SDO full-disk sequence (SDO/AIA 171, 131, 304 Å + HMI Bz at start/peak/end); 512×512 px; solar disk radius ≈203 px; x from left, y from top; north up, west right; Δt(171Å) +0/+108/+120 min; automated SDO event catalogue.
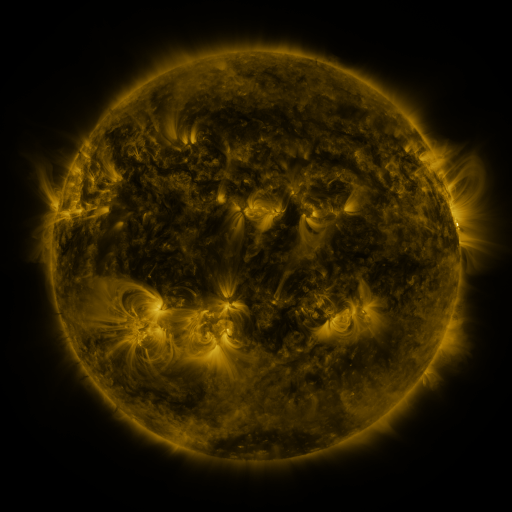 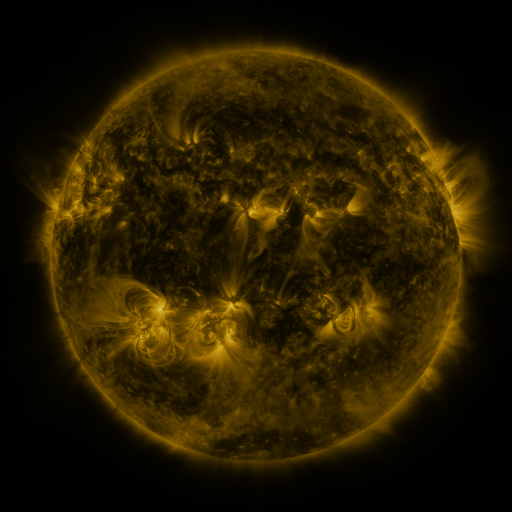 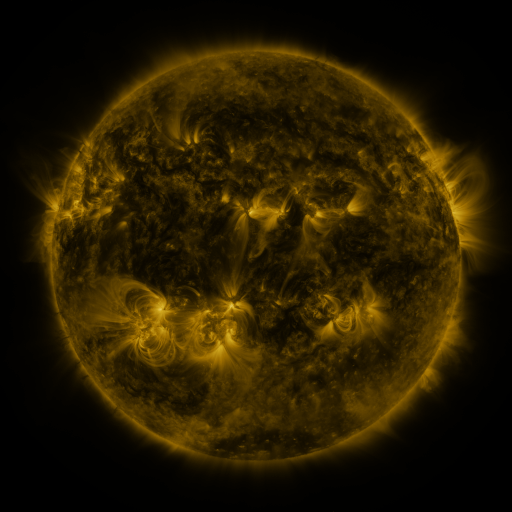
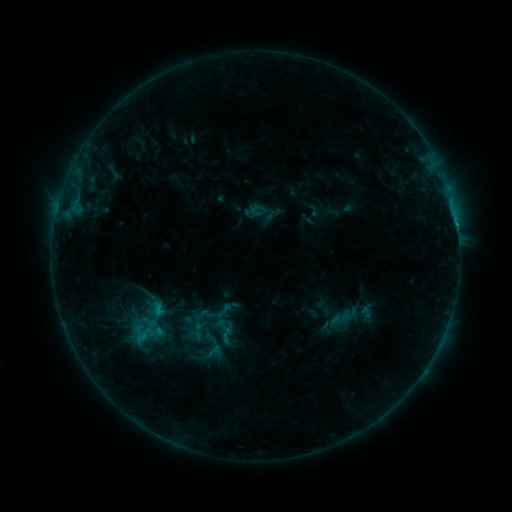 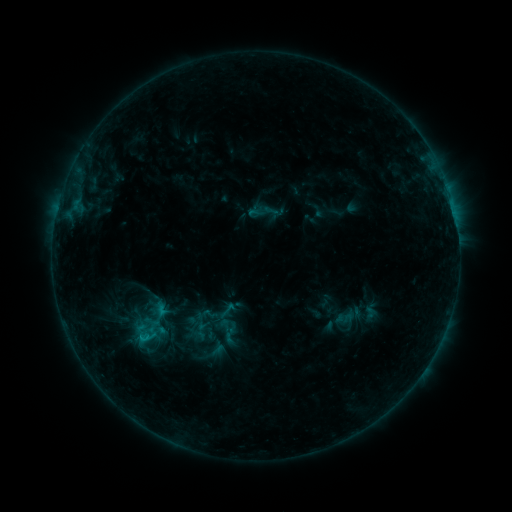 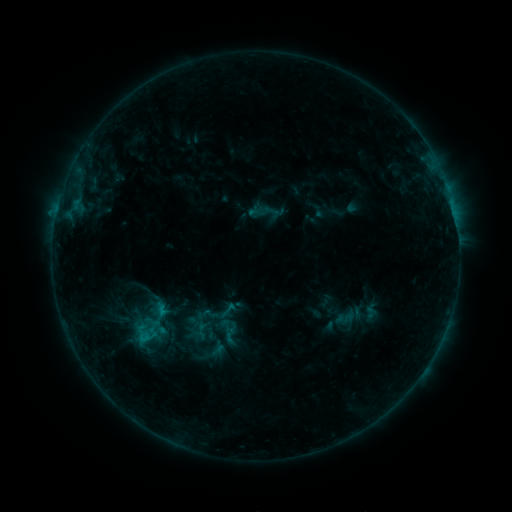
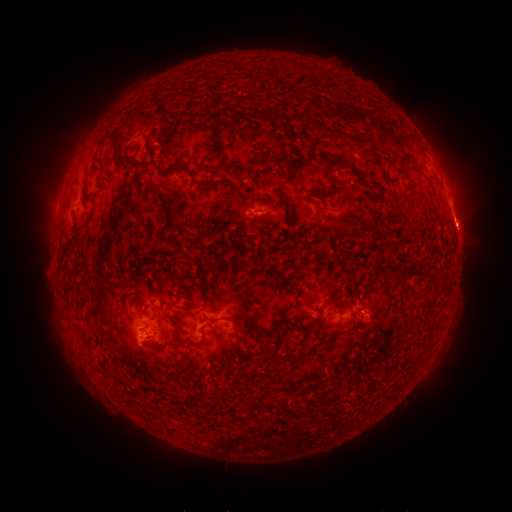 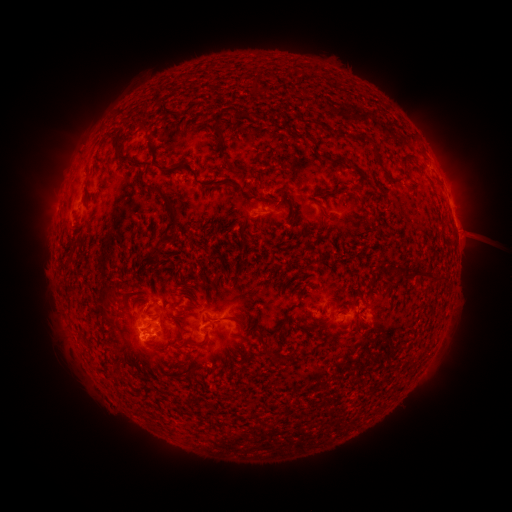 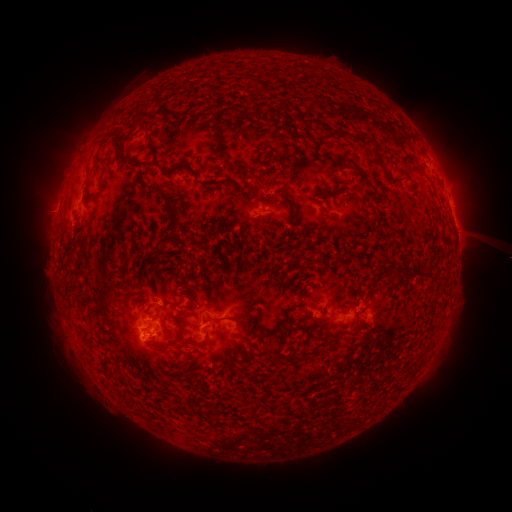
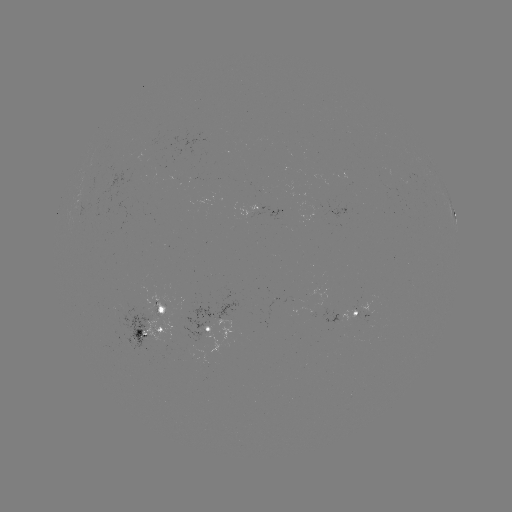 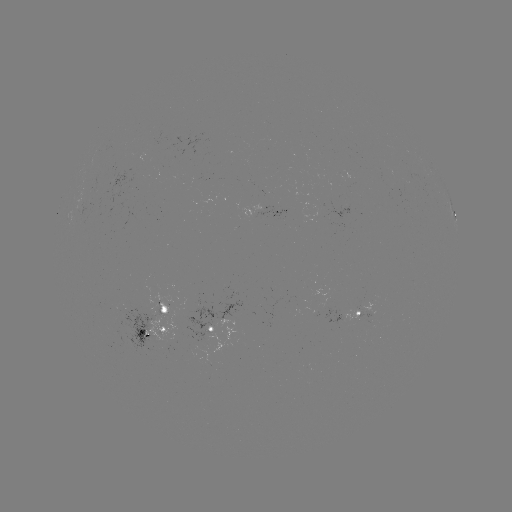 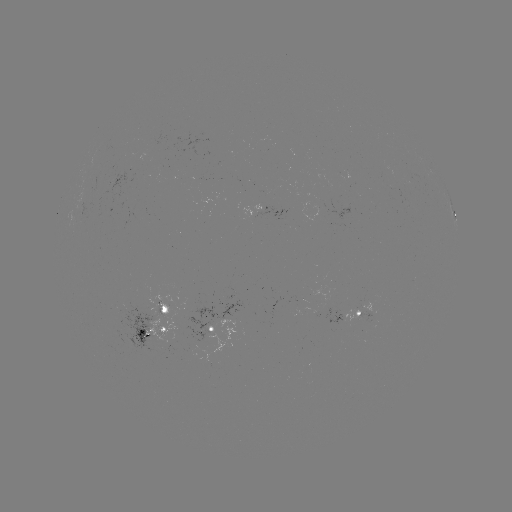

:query emerging-flux region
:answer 199,333